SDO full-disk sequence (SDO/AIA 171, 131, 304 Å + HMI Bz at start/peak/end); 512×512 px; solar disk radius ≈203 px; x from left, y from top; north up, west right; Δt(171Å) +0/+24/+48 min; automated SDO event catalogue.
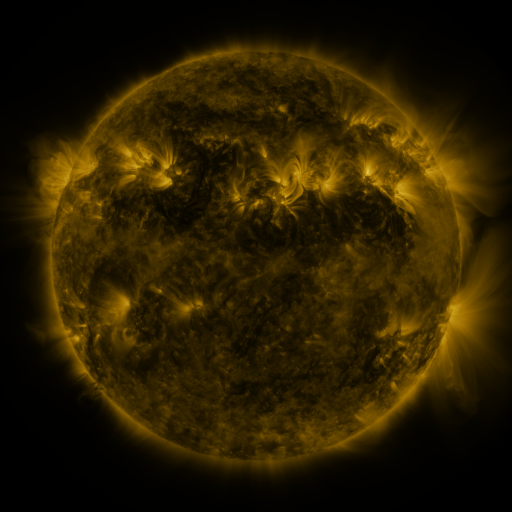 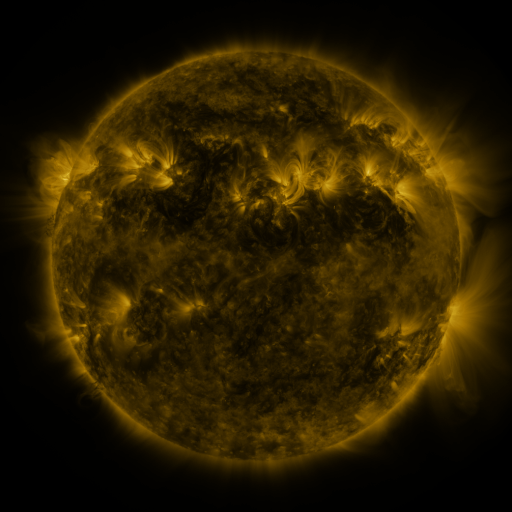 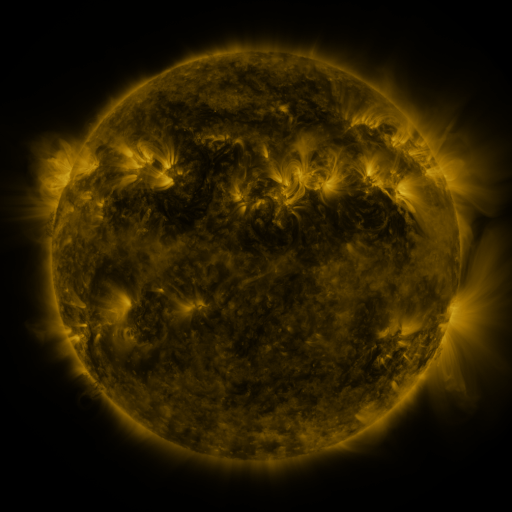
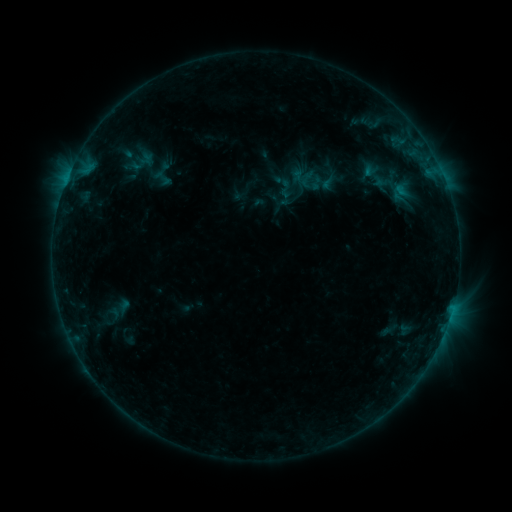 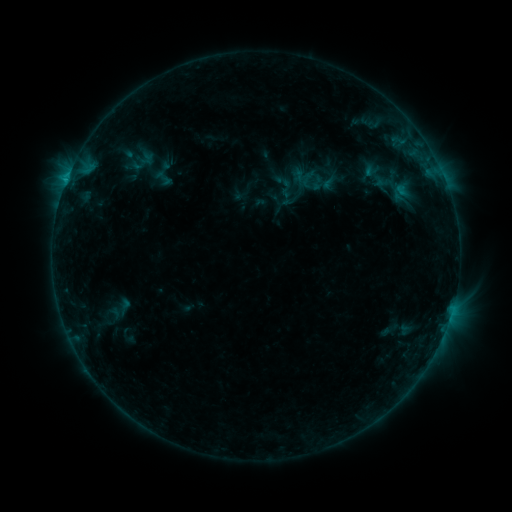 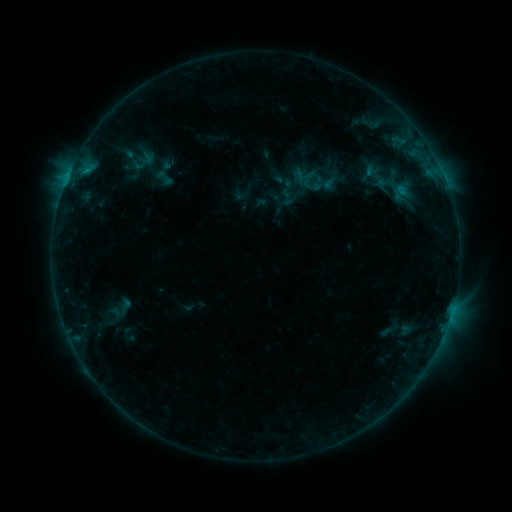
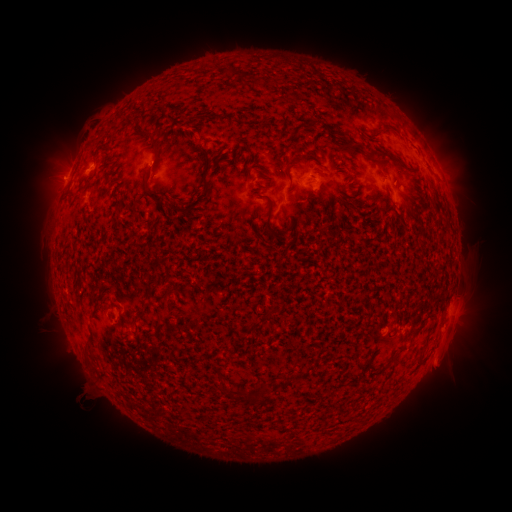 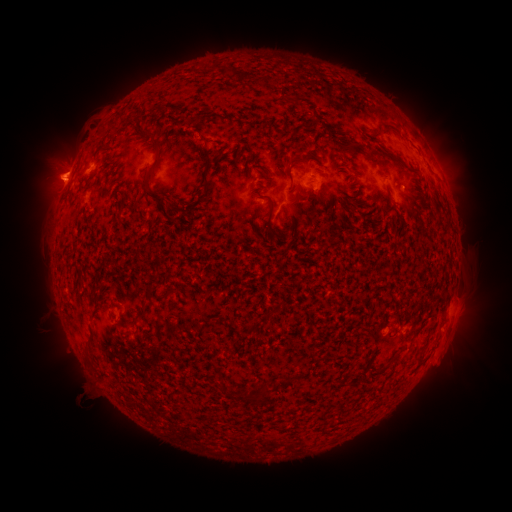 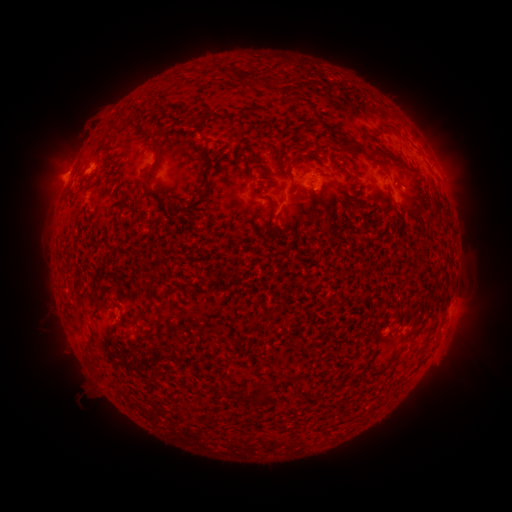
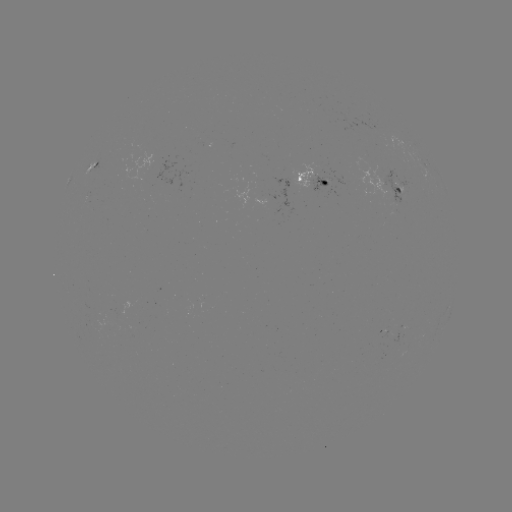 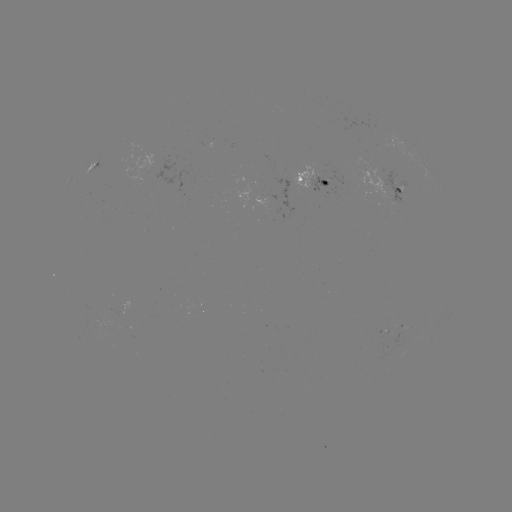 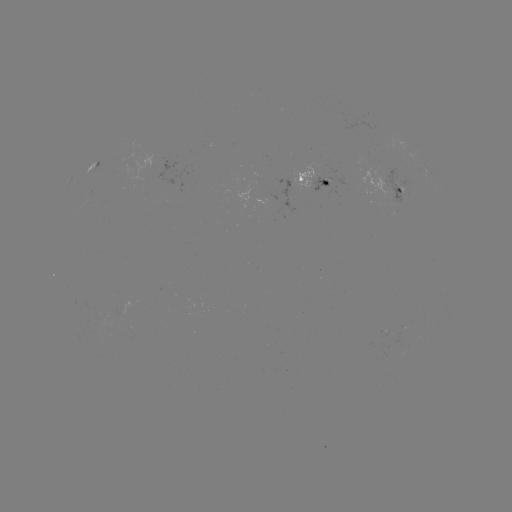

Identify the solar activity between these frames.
emerging-flux region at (264, 198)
